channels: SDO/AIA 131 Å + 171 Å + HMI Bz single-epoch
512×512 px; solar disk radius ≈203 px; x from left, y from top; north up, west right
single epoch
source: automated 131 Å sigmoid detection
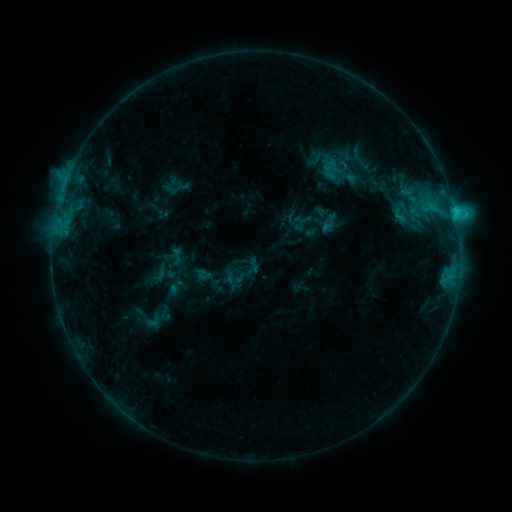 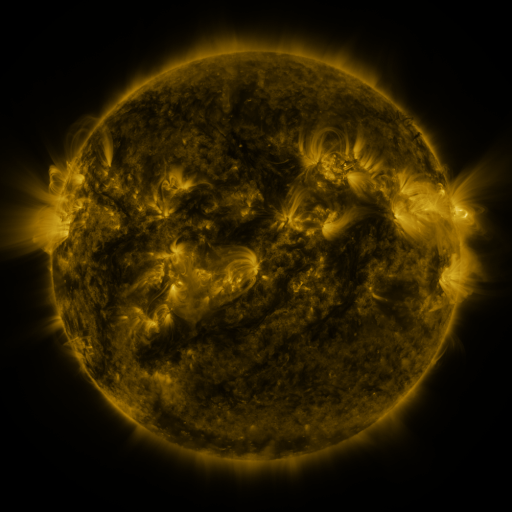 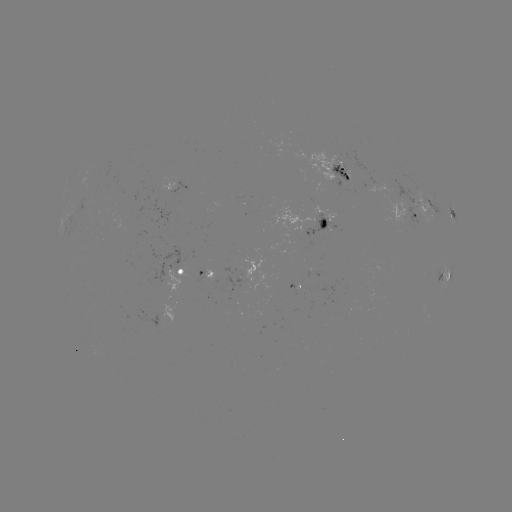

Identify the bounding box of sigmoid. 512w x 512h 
[294, 210, 312, 229].